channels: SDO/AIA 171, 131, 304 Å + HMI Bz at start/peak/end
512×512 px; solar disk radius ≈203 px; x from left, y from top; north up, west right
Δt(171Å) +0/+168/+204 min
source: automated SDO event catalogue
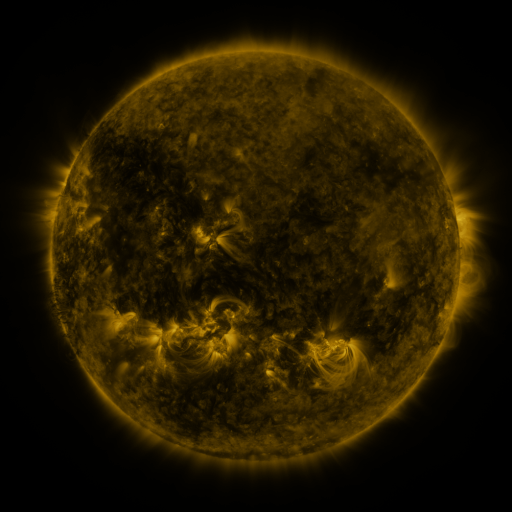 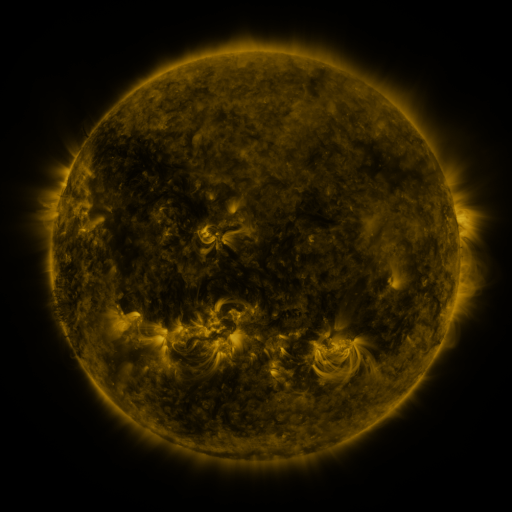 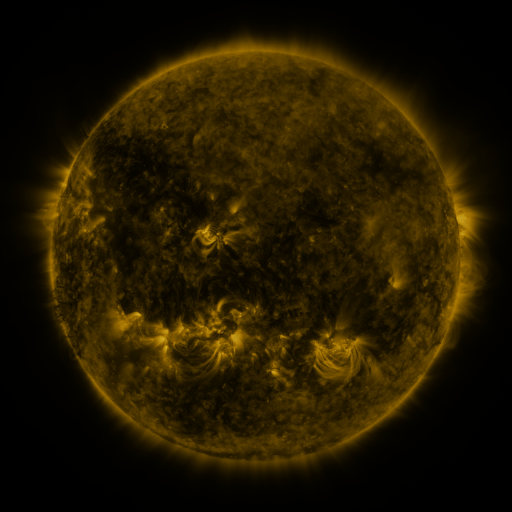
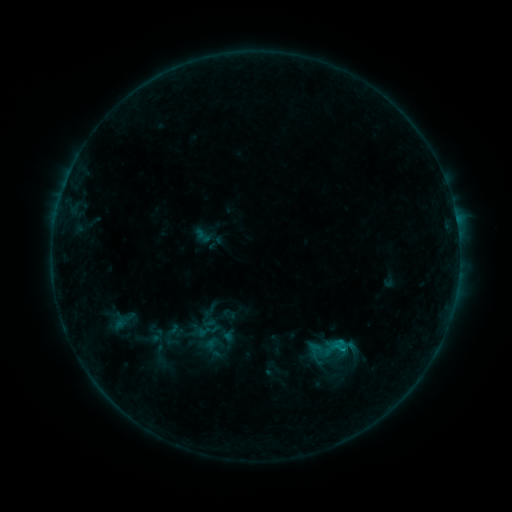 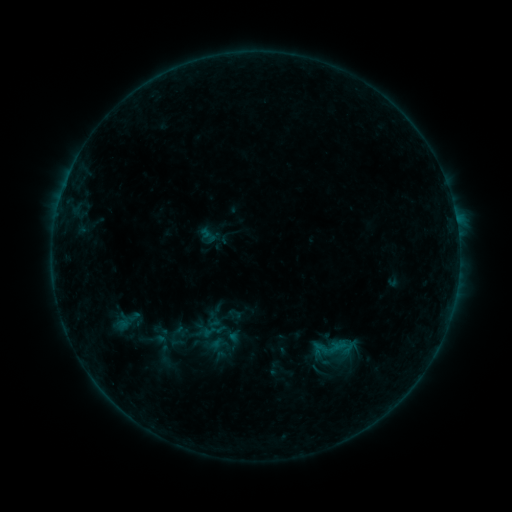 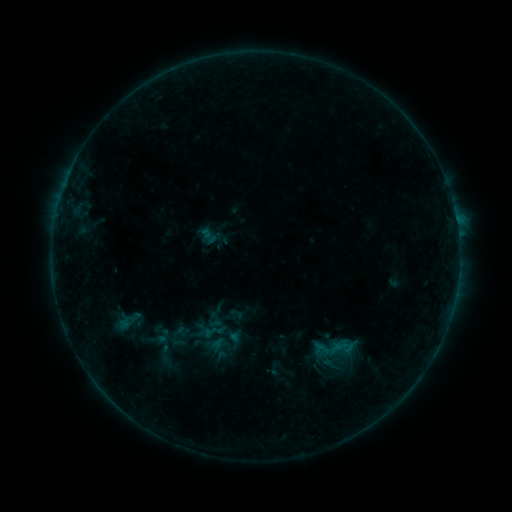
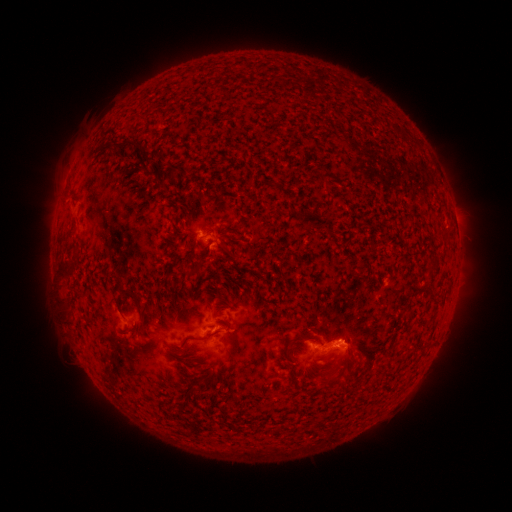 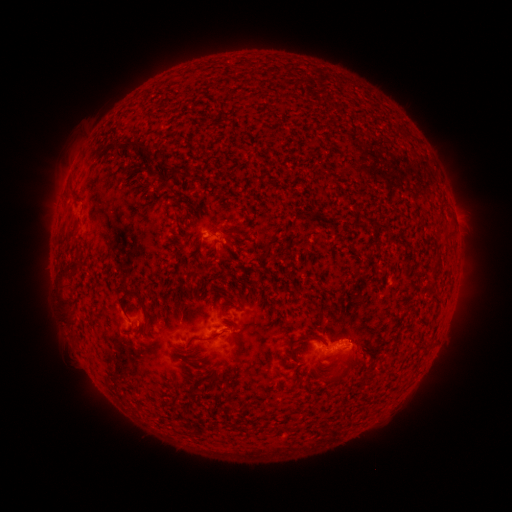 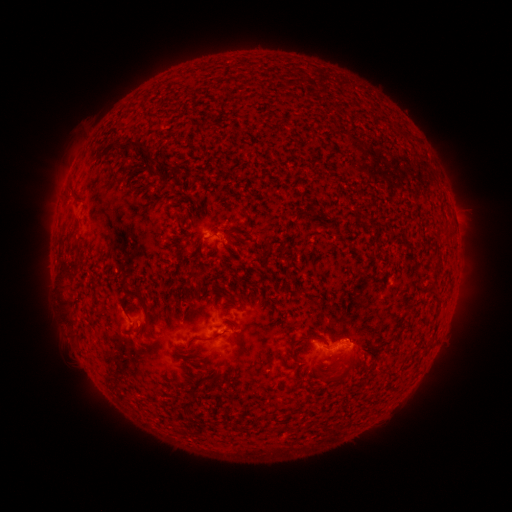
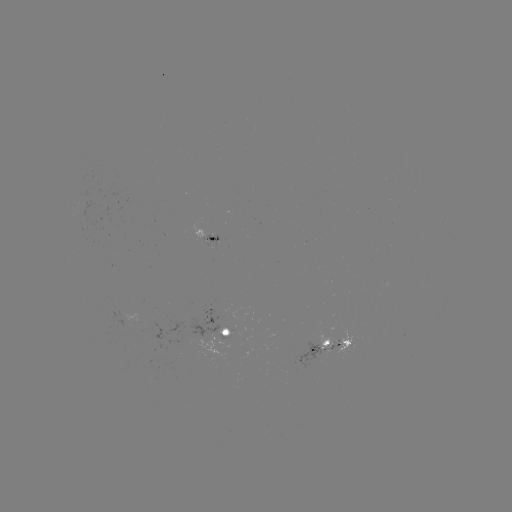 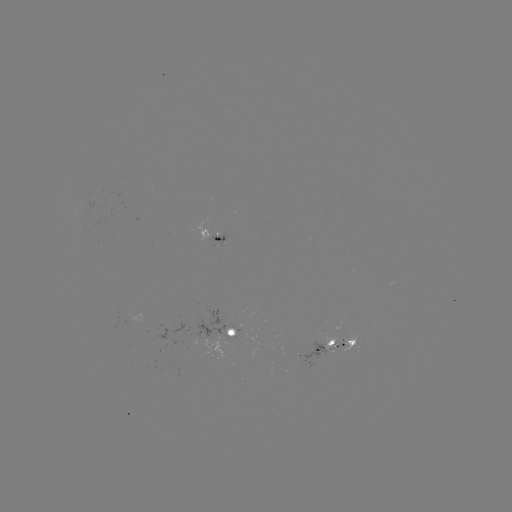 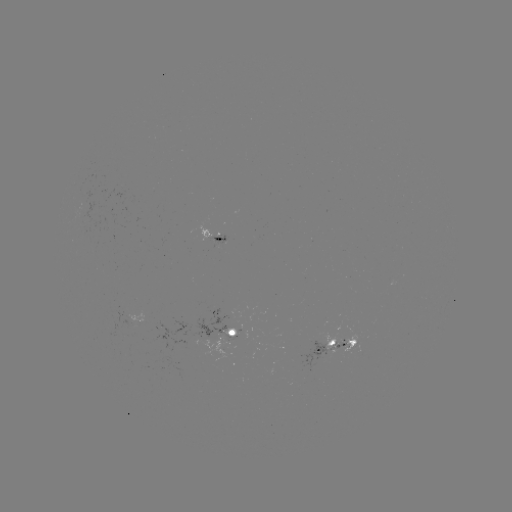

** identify emerging-flux region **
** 336,346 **